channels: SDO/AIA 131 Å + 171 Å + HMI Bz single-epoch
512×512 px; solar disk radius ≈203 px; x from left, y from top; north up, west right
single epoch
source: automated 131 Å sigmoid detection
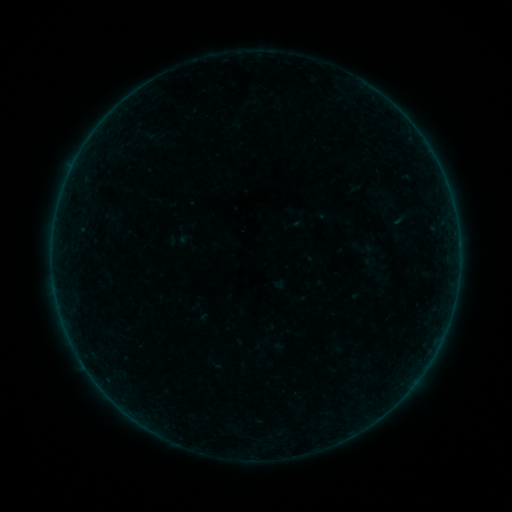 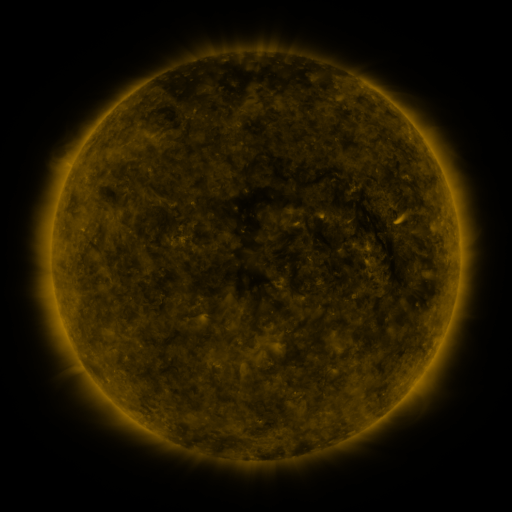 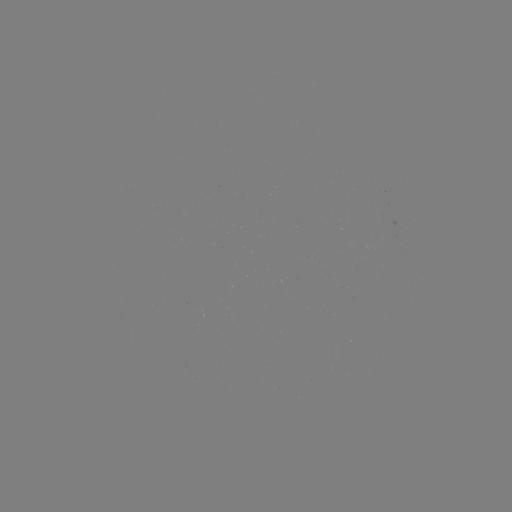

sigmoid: [349, 234, 378, 260]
